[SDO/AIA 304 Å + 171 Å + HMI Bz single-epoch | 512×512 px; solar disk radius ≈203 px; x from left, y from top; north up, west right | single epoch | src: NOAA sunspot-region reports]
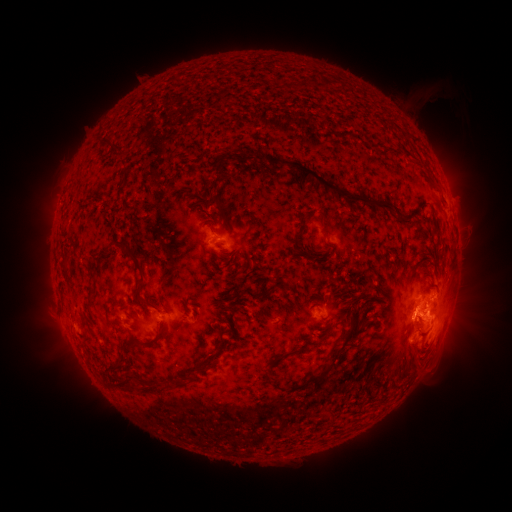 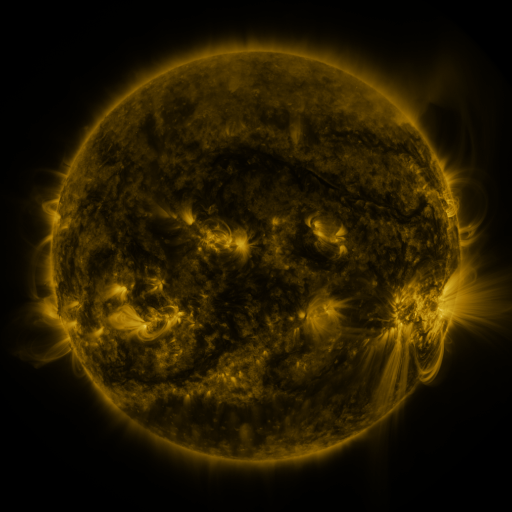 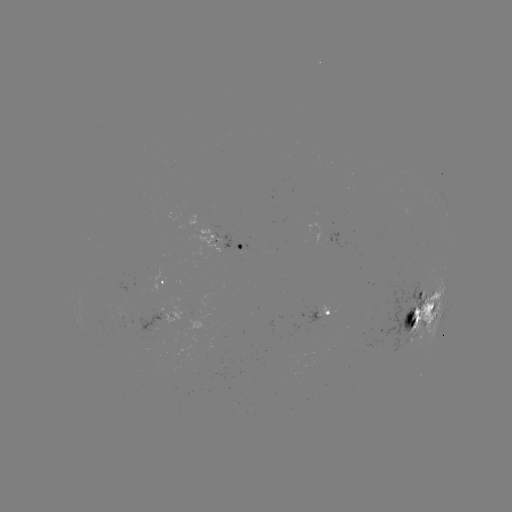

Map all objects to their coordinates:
spotted active region: (241, 248)
spotted active region: (166, 285)
spotted active region: (426, 306)
spotted active region: (333, 313)
spotted active region: (172, 316)
